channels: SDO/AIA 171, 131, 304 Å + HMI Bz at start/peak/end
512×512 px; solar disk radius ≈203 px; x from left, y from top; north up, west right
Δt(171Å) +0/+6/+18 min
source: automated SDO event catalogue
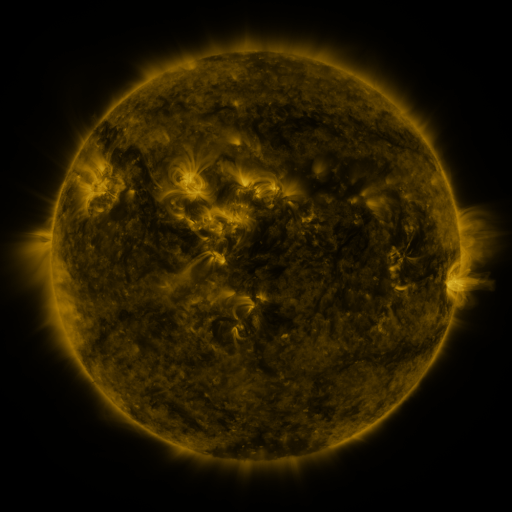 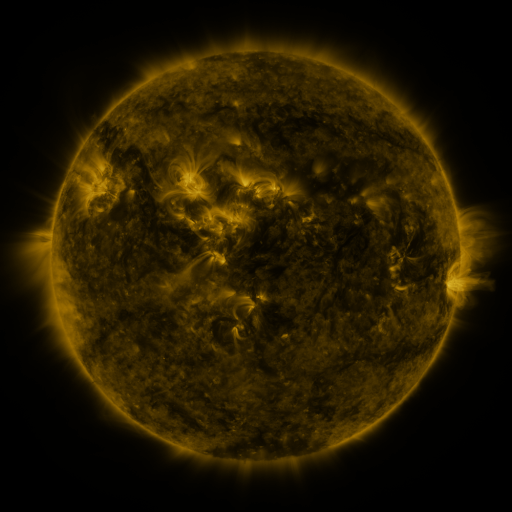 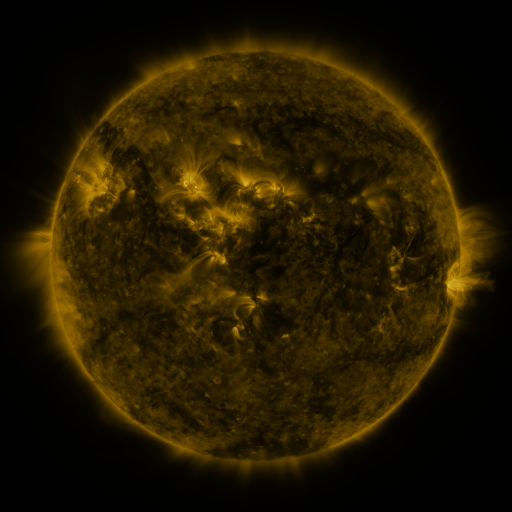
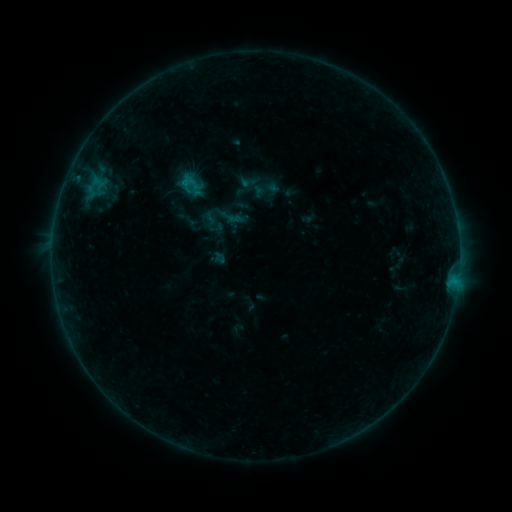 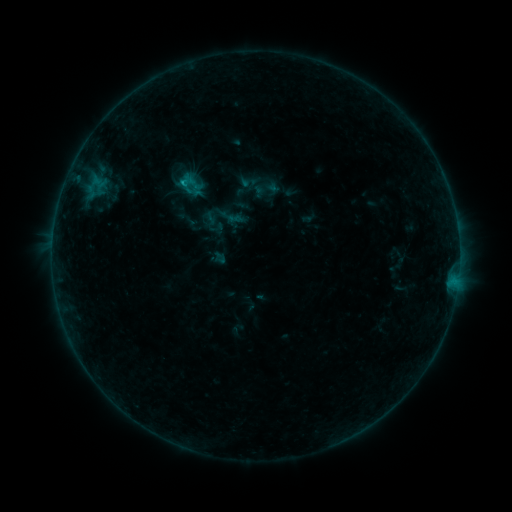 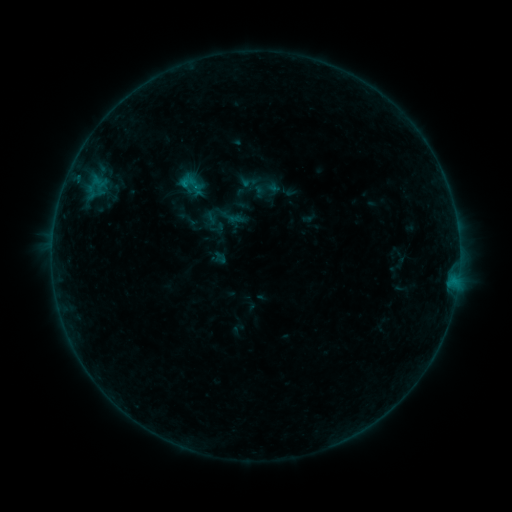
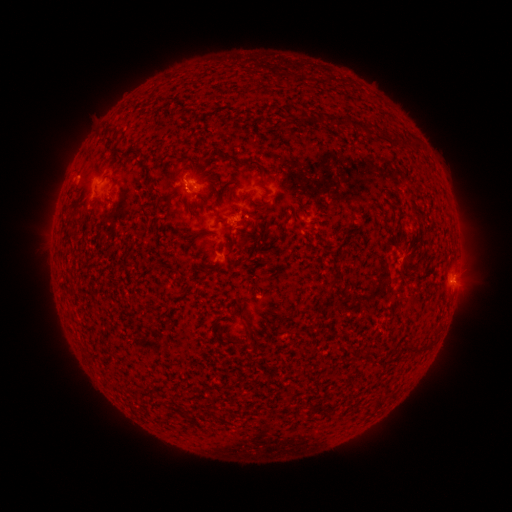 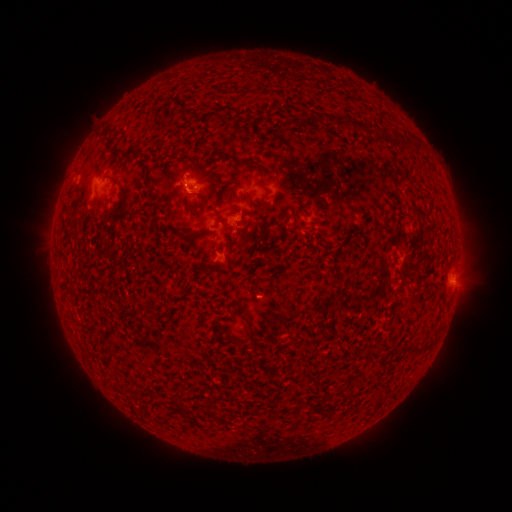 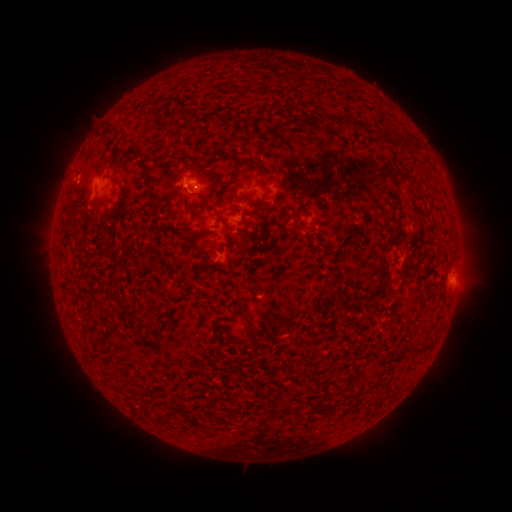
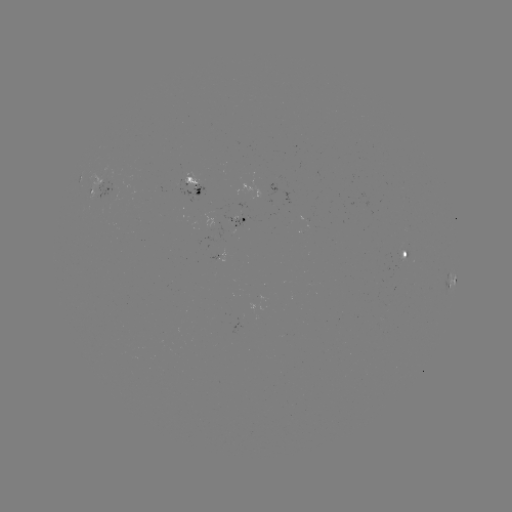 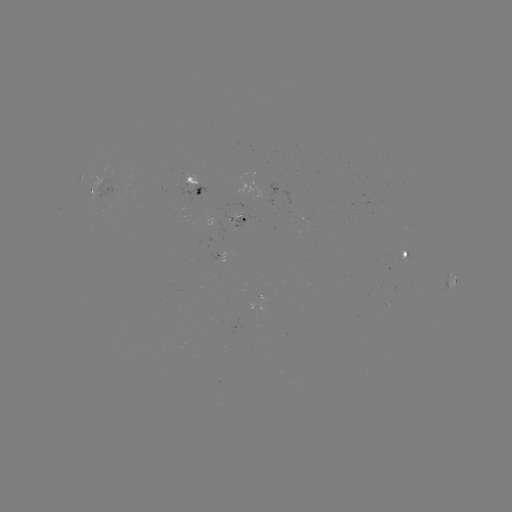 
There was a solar flare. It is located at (185, 186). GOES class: B4.3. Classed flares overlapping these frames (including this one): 1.